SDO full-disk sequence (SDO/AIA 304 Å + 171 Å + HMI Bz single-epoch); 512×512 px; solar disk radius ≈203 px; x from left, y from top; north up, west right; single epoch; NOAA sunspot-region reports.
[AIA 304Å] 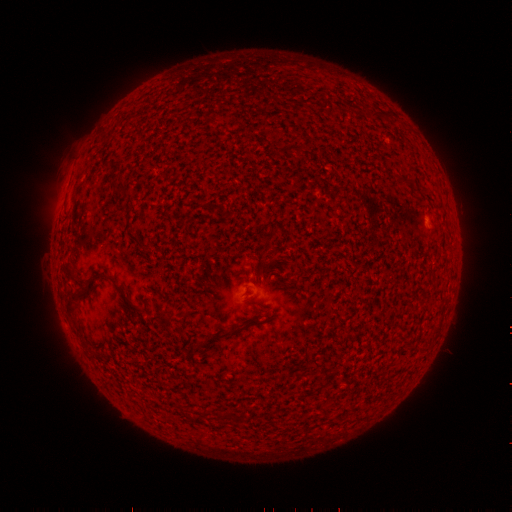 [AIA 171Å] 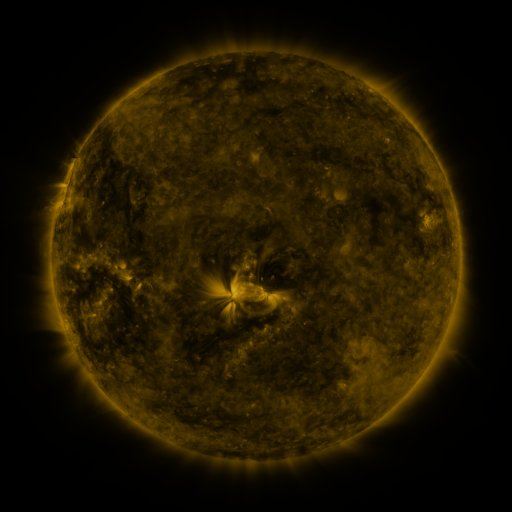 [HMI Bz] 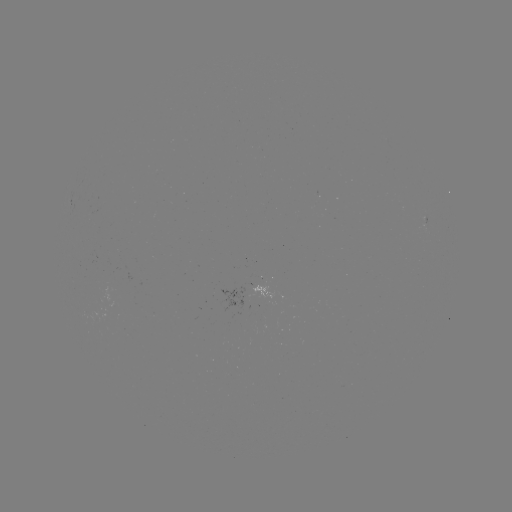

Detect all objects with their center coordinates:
(none)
